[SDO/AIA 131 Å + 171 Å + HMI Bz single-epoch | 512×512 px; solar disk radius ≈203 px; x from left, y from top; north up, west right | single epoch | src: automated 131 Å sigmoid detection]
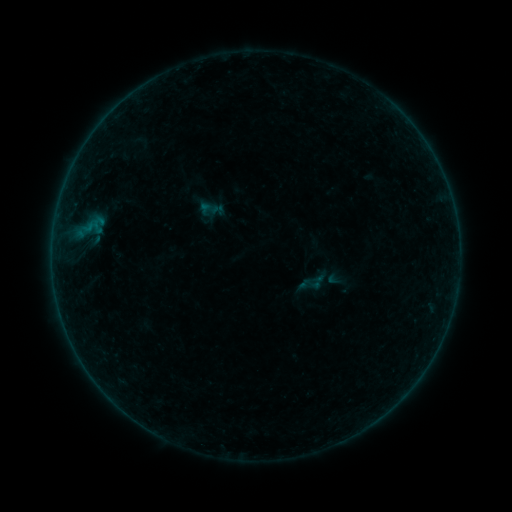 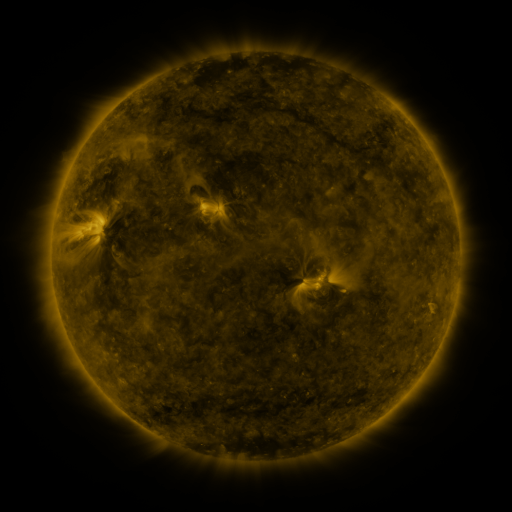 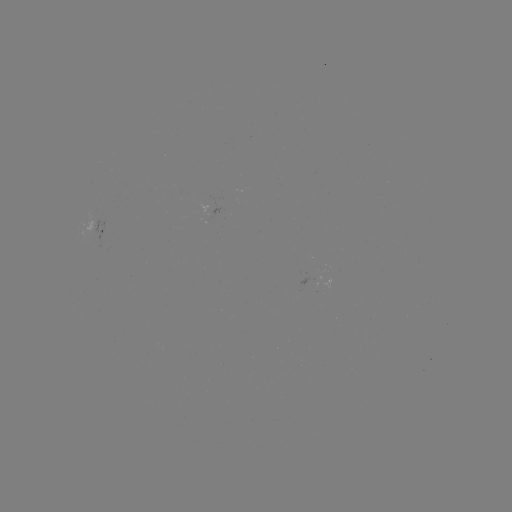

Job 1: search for sigmoid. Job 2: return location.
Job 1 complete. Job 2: [317, 282].